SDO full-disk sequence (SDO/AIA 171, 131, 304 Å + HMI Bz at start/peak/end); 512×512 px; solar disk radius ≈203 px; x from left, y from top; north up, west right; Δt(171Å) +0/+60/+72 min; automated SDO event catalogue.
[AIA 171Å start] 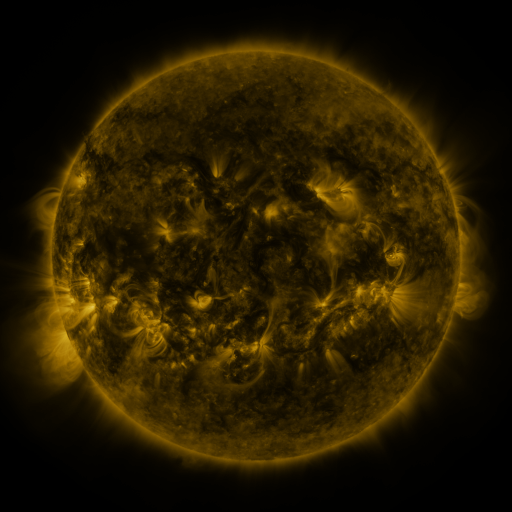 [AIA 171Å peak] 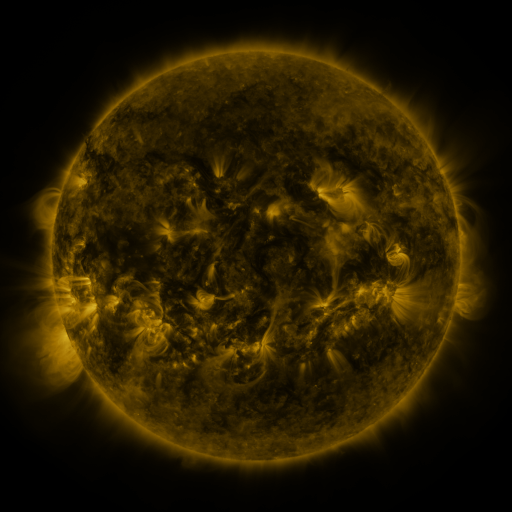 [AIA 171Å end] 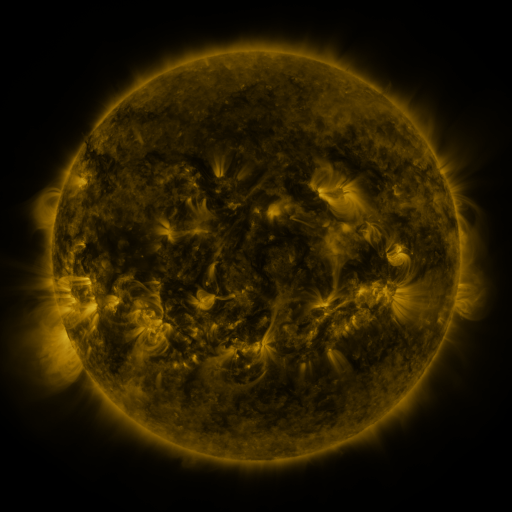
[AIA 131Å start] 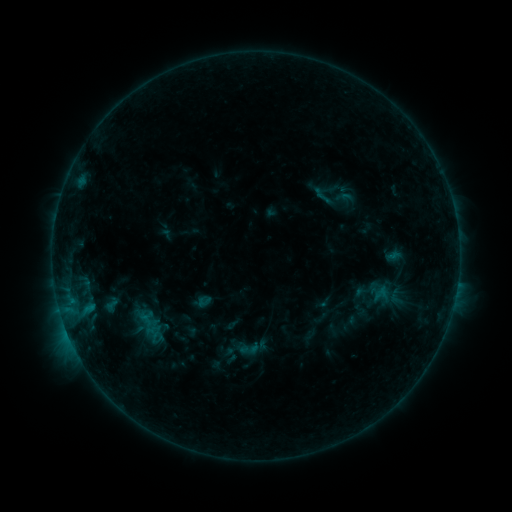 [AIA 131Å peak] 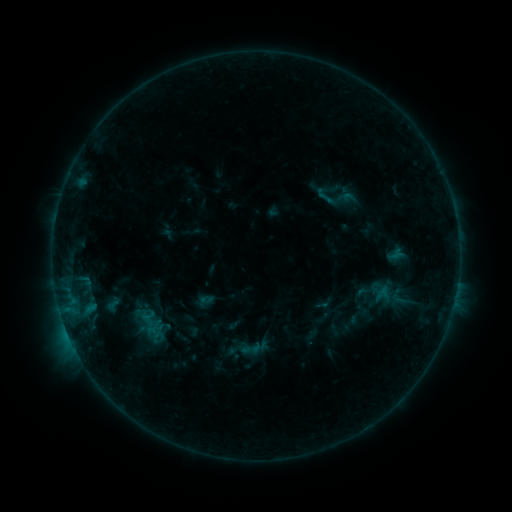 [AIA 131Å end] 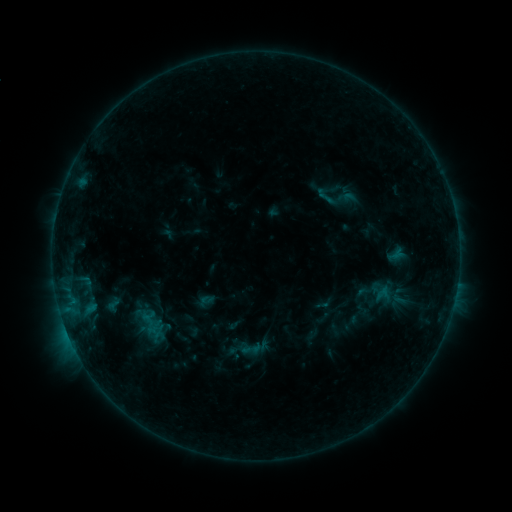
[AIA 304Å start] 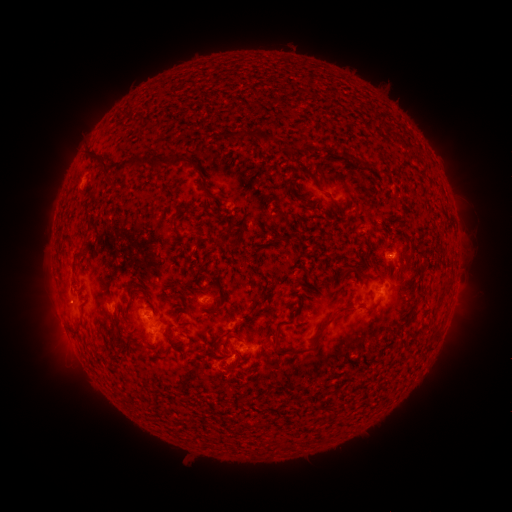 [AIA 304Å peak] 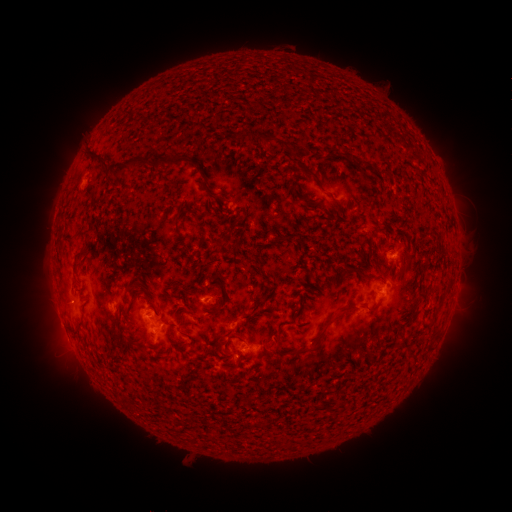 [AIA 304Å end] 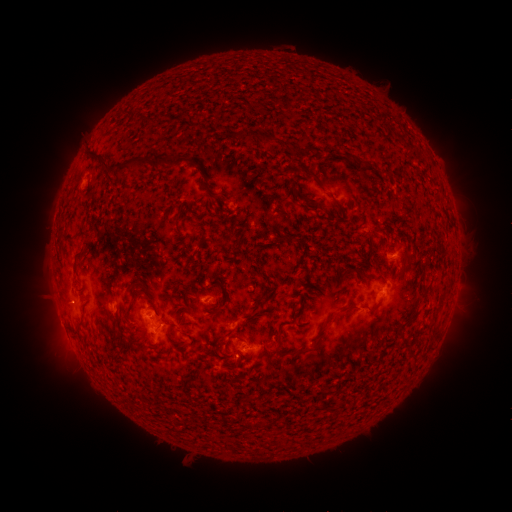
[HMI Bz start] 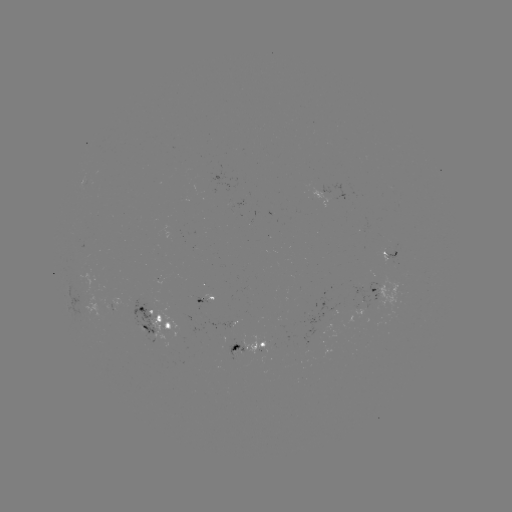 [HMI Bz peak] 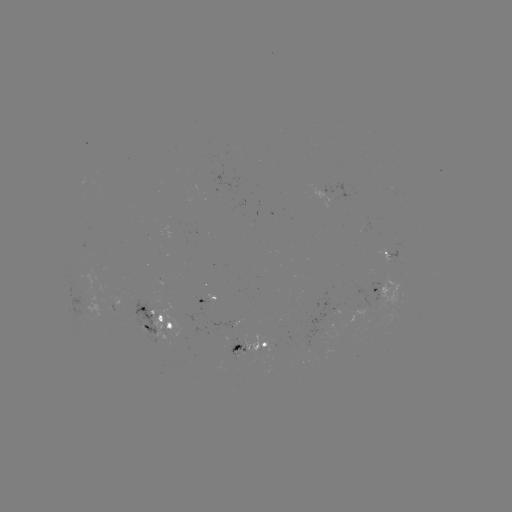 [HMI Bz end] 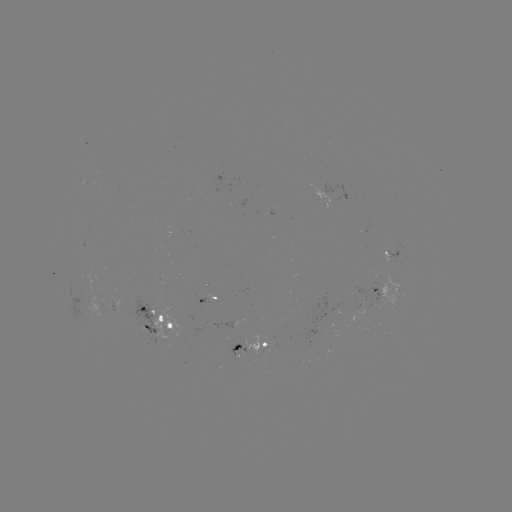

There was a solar emerging-flux region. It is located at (394, 249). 